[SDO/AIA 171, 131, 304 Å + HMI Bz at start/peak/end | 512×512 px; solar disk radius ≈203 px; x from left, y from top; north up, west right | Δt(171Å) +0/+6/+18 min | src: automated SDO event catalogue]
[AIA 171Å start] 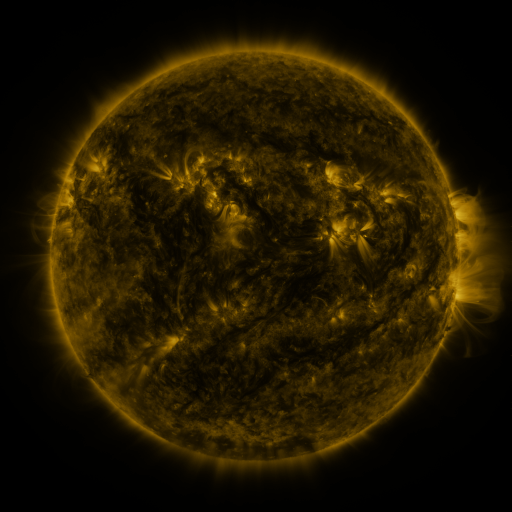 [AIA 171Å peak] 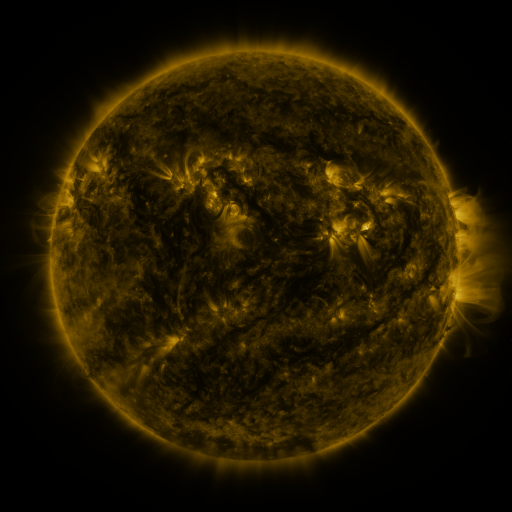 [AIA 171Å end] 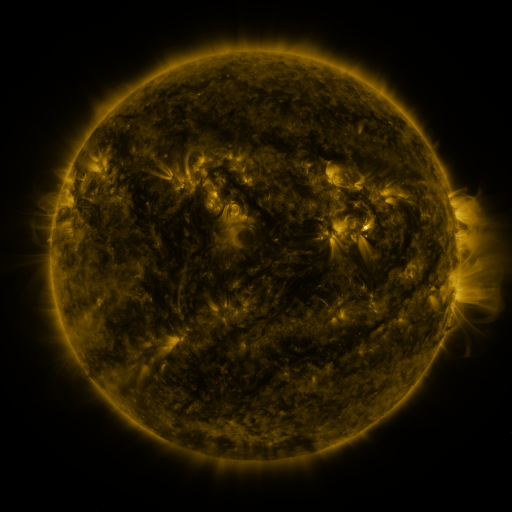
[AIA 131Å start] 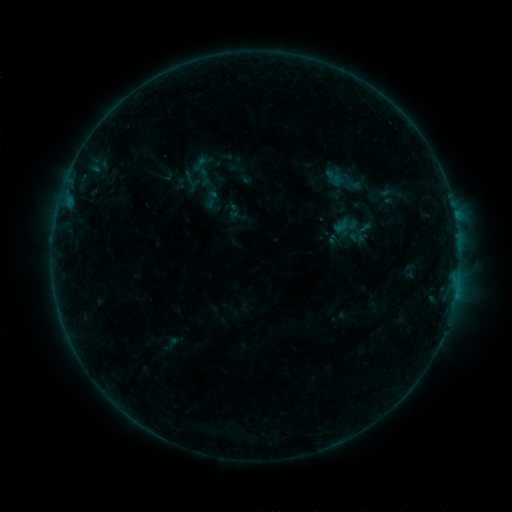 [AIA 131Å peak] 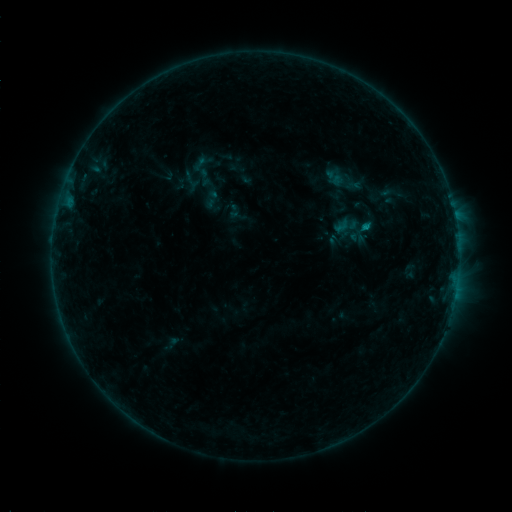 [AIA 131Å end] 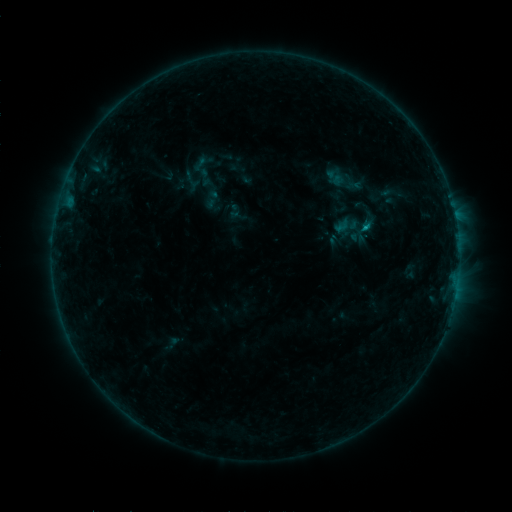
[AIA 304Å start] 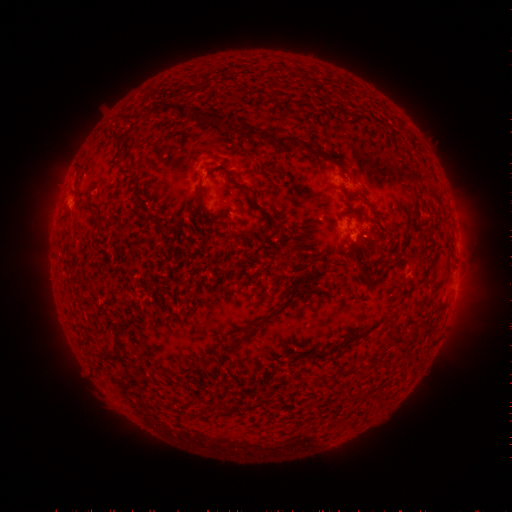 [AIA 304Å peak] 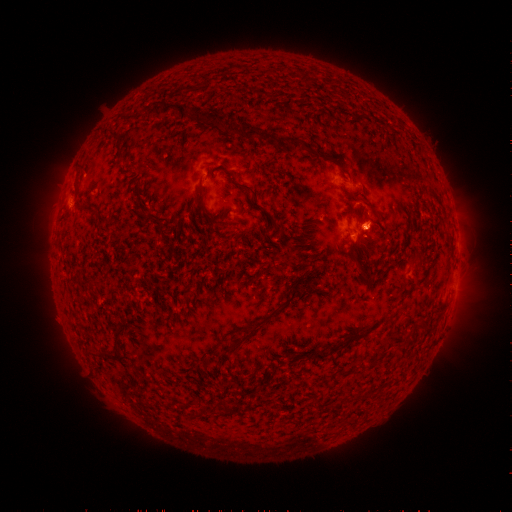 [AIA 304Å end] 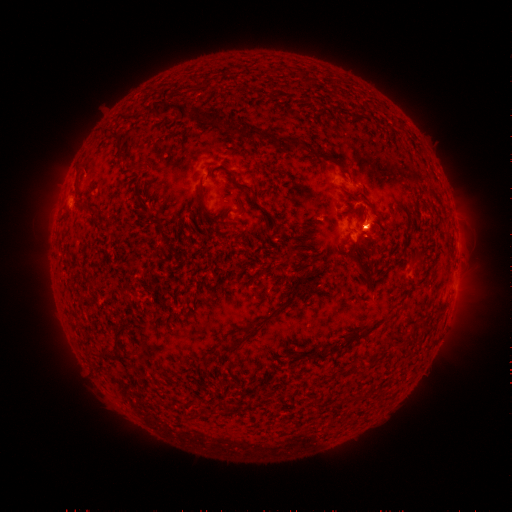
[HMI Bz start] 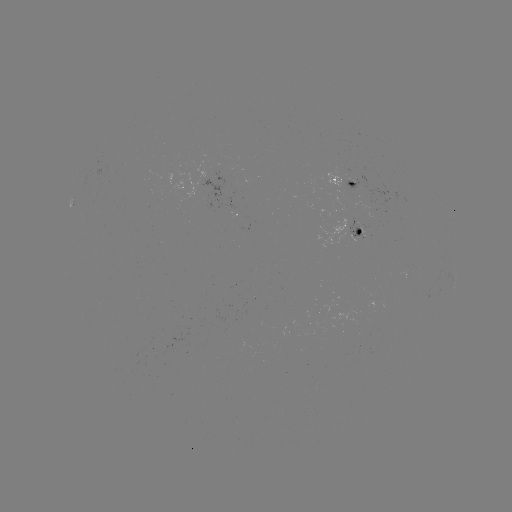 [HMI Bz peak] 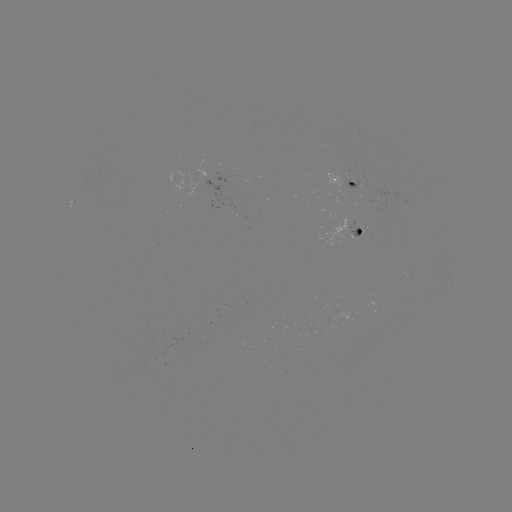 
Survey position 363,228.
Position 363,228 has B3.7 flare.